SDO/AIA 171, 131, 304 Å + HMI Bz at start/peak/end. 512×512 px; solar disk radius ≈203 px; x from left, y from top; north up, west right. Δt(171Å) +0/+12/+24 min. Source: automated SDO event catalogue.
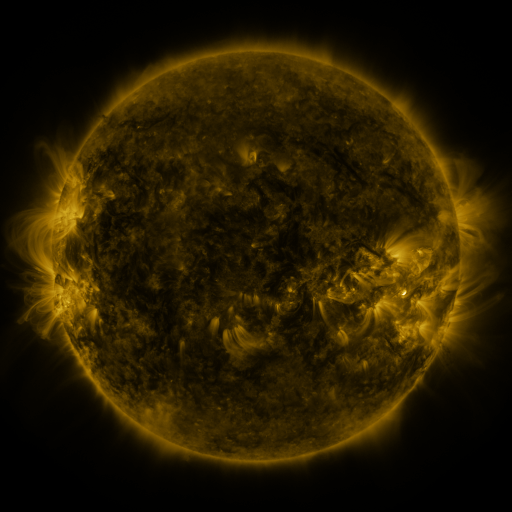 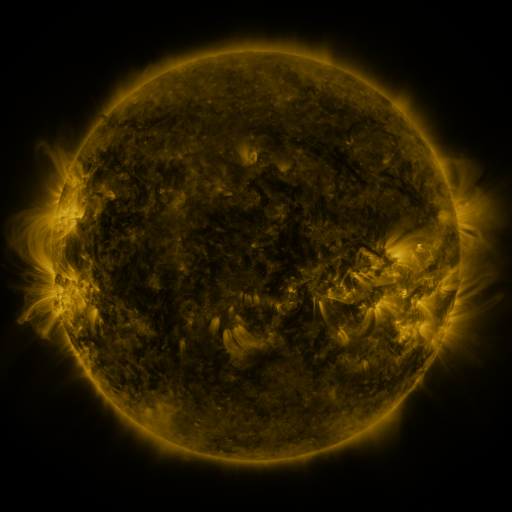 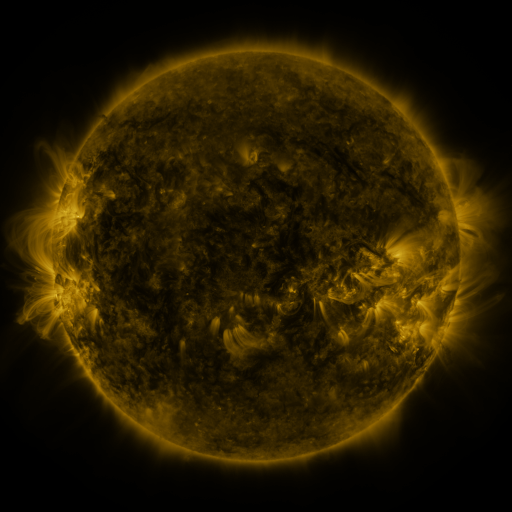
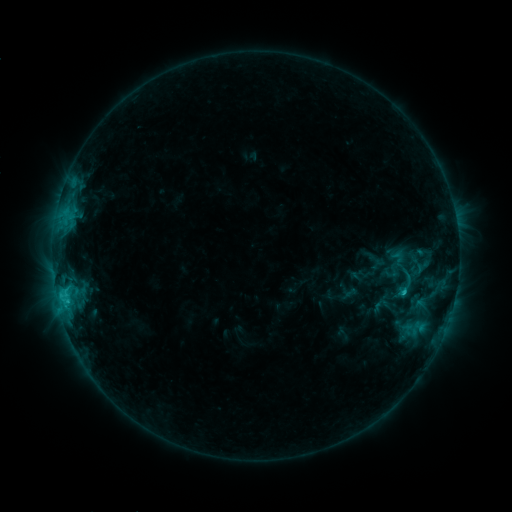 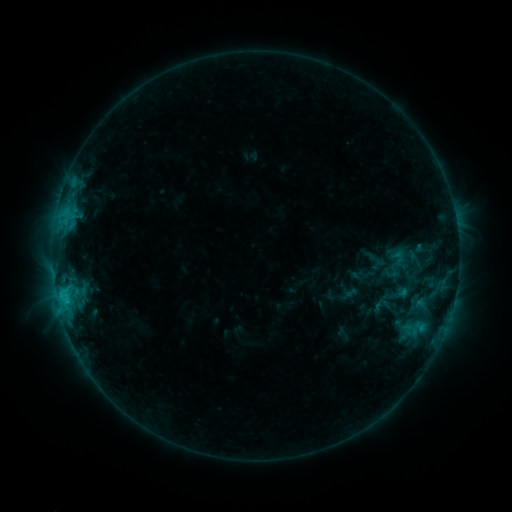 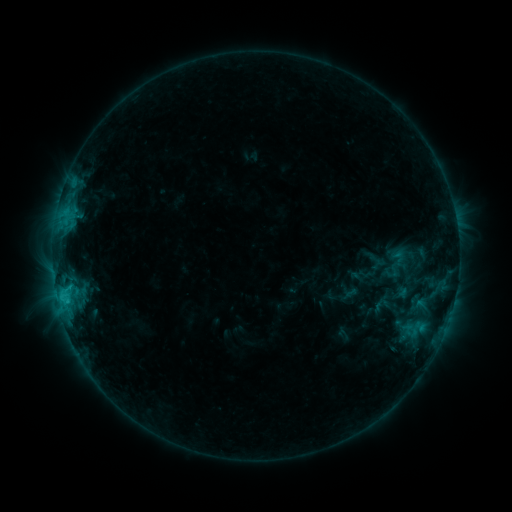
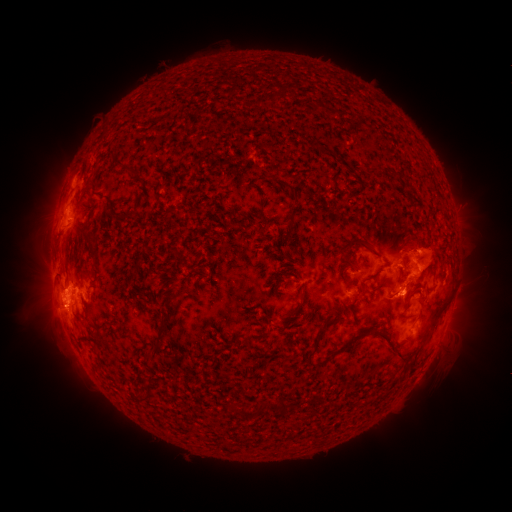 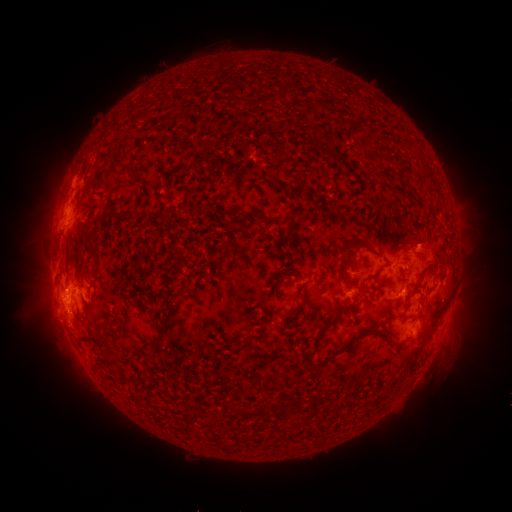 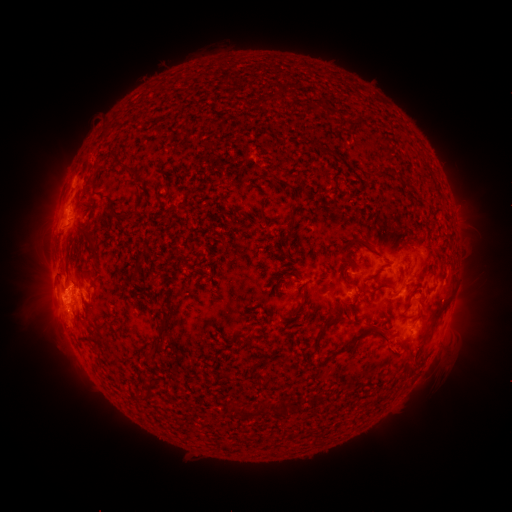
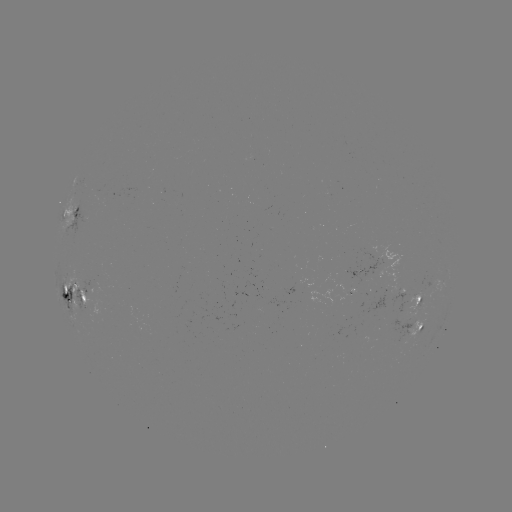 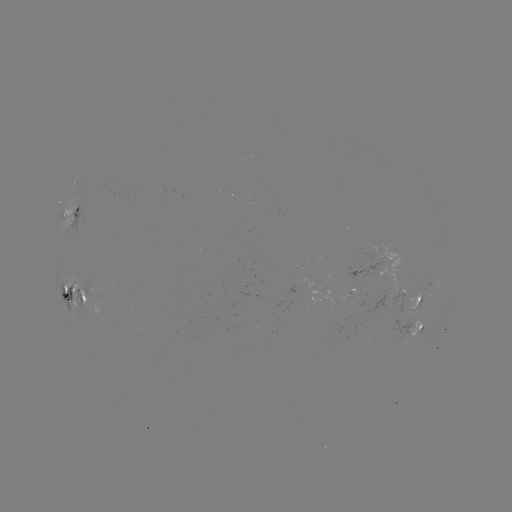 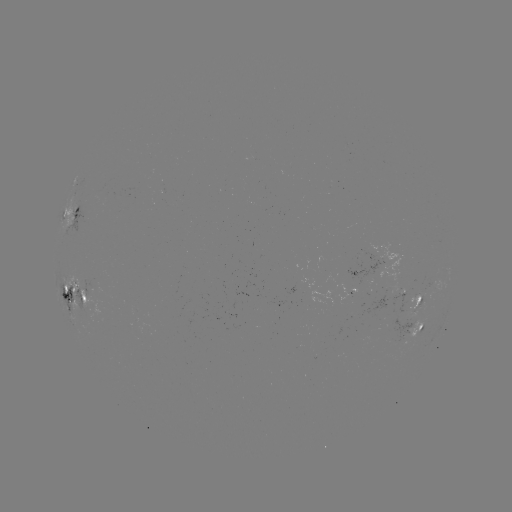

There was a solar eruption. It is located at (421, 246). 